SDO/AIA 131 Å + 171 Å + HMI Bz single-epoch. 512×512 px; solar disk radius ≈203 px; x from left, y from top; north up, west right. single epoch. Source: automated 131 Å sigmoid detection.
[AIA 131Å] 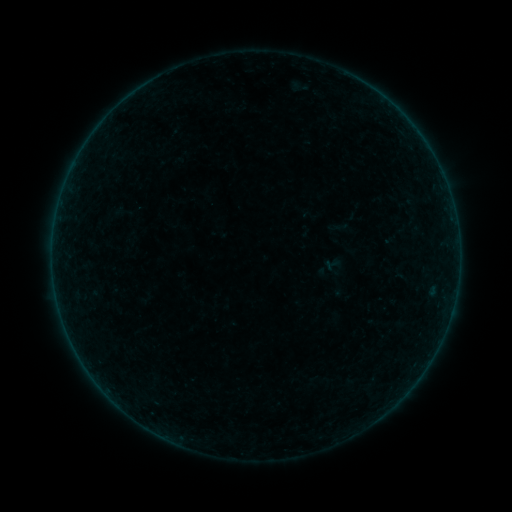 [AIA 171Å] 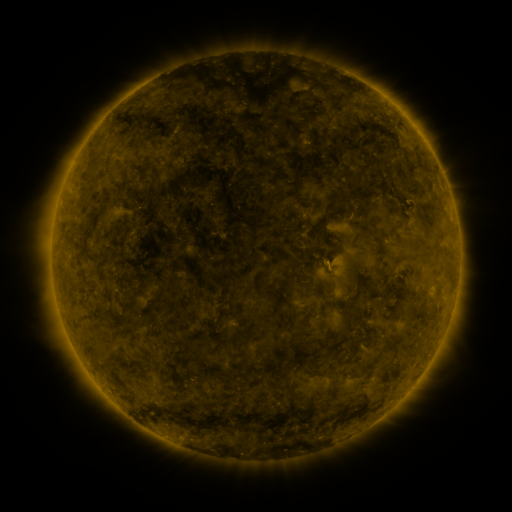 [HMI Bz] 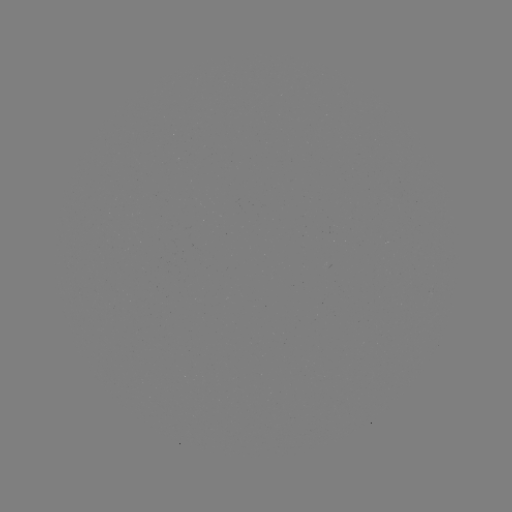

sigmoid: [320, 256, 343, 279]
